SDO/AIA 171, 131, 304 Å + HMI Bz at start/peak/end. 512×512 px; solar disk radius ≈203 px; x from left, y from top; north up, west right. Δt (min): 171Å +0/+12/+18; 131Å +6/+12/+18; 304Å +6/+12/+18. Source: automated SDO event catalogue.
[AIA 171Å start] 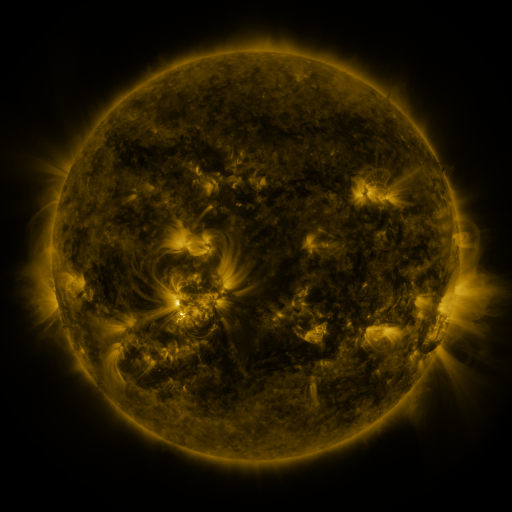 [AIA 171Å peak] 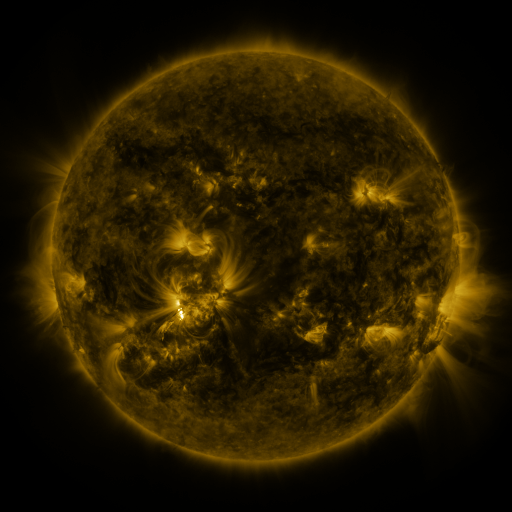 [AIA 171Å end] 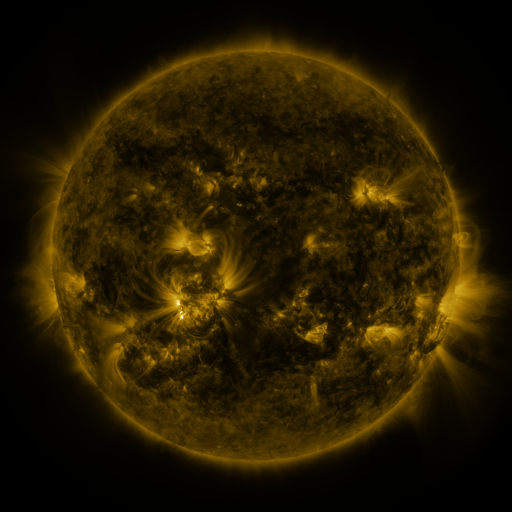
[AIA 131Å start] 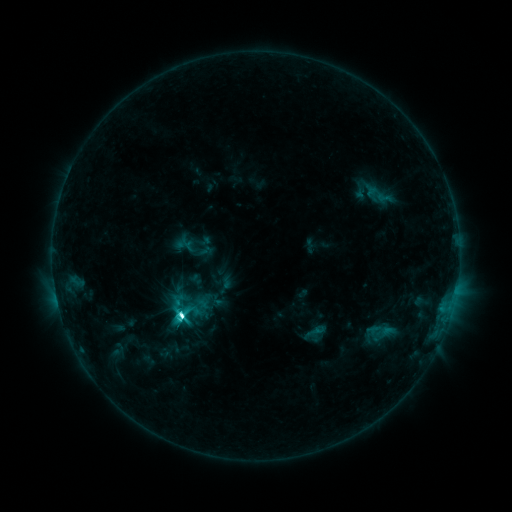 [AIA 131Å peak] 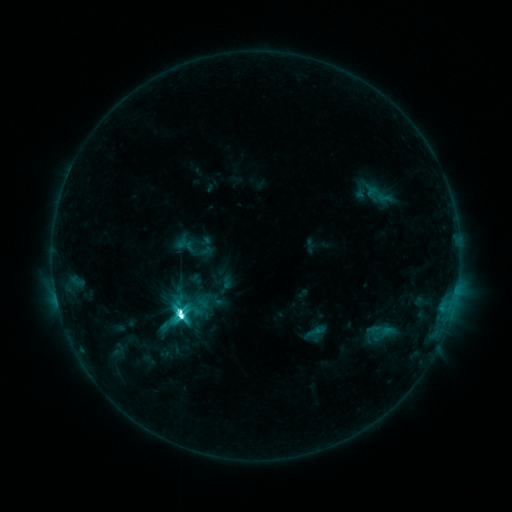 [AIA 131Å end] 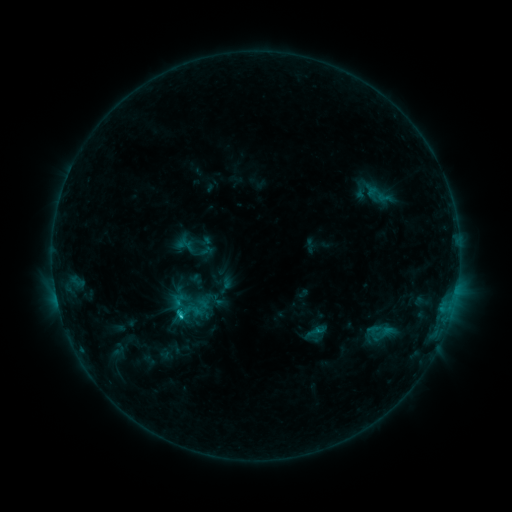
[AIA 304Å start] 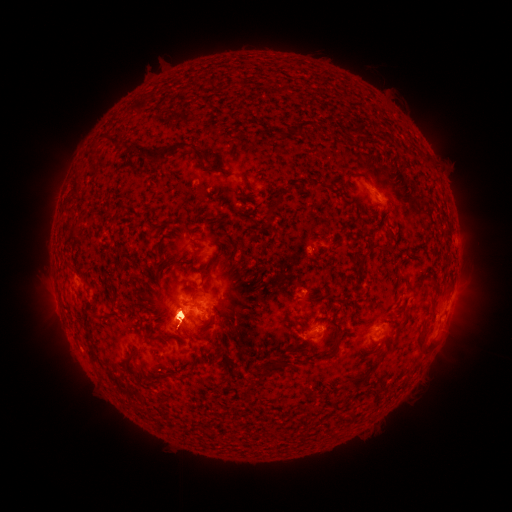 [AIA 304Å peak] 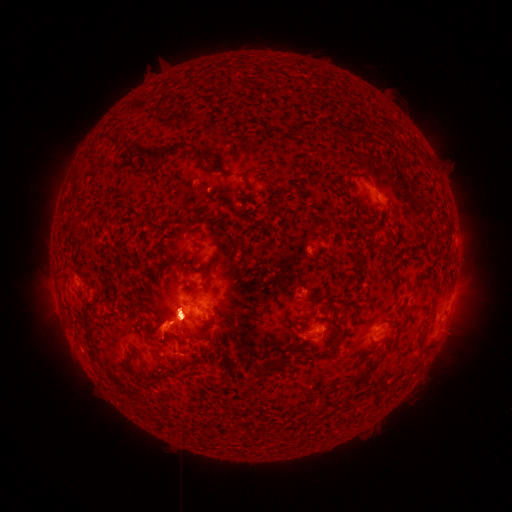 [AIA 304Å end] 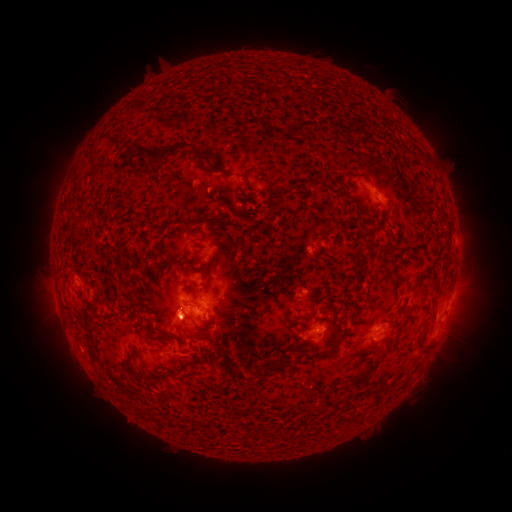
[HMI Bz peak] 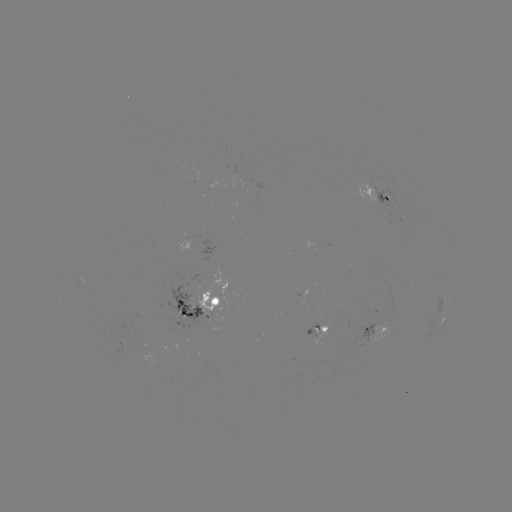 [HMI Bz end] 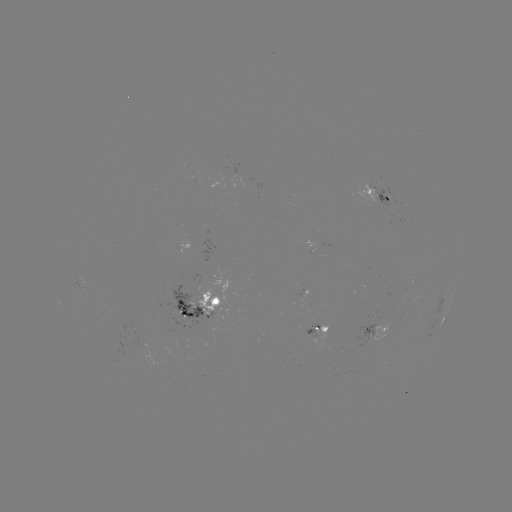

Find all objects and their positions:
eruption: (377, 174)
